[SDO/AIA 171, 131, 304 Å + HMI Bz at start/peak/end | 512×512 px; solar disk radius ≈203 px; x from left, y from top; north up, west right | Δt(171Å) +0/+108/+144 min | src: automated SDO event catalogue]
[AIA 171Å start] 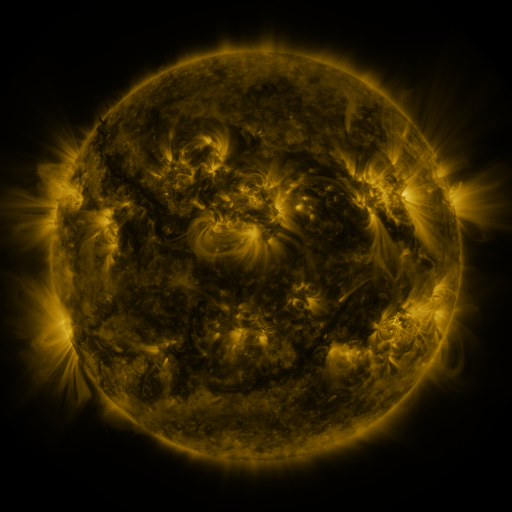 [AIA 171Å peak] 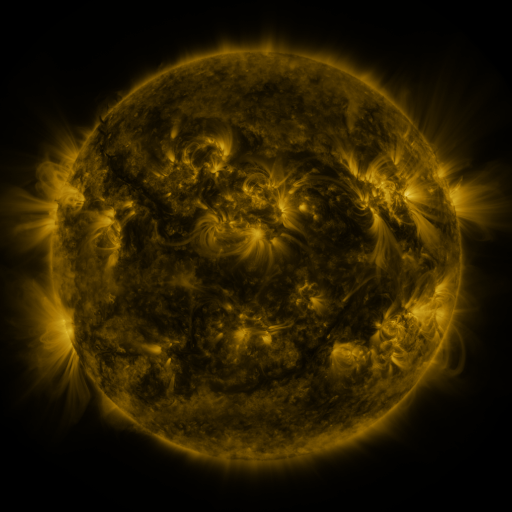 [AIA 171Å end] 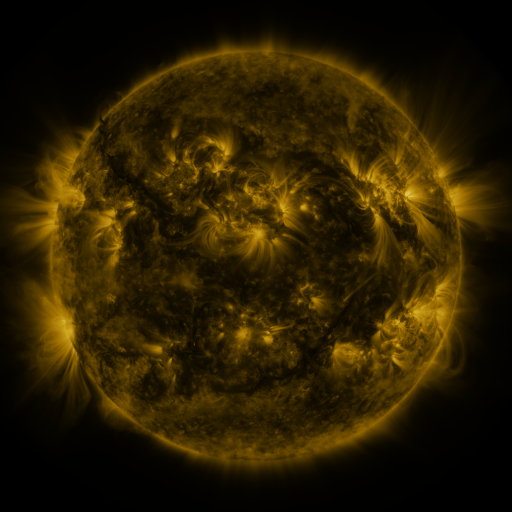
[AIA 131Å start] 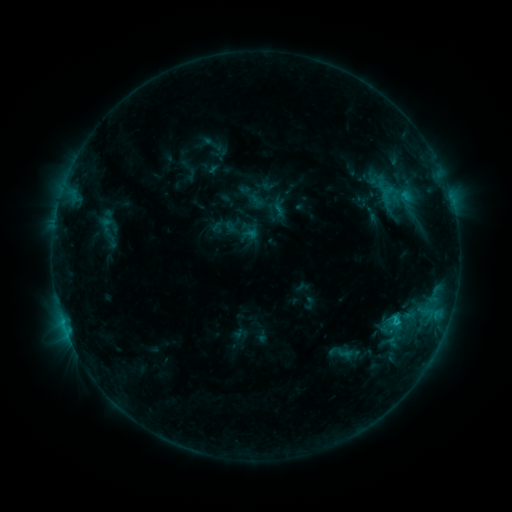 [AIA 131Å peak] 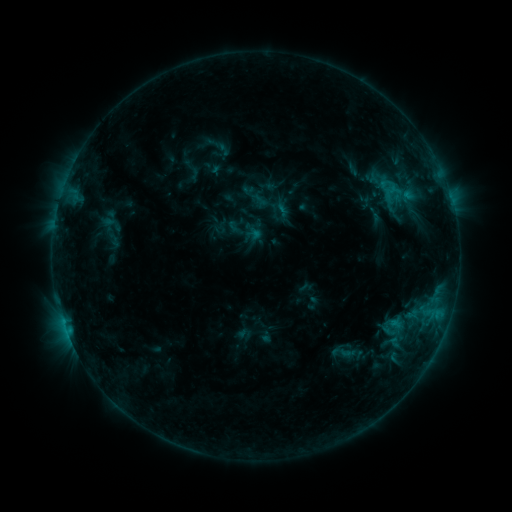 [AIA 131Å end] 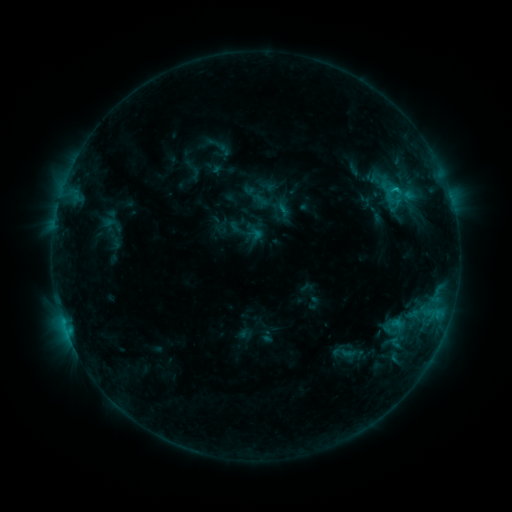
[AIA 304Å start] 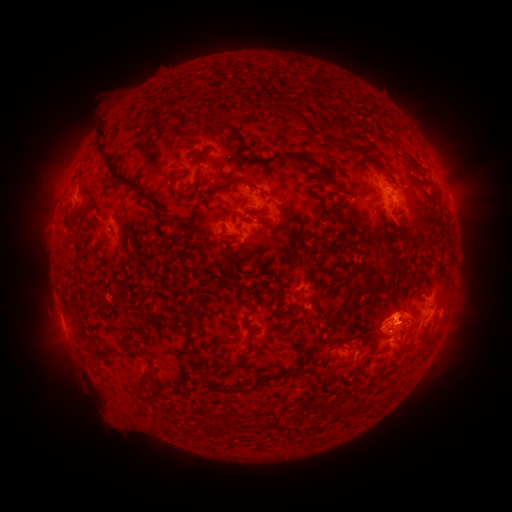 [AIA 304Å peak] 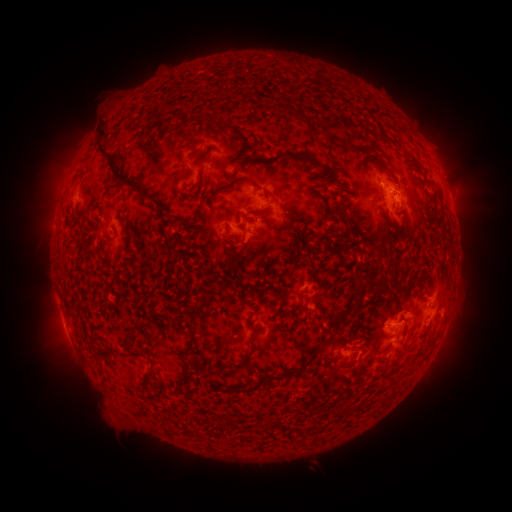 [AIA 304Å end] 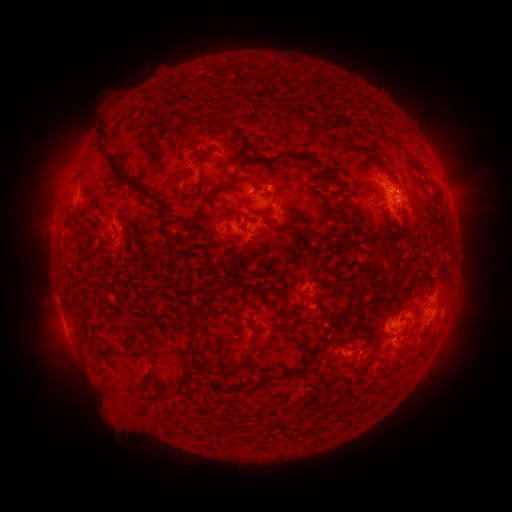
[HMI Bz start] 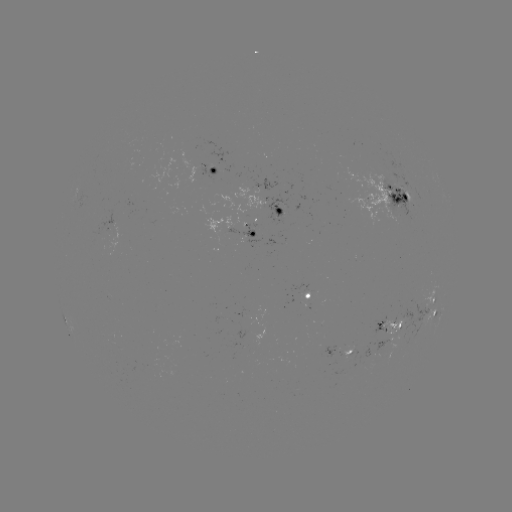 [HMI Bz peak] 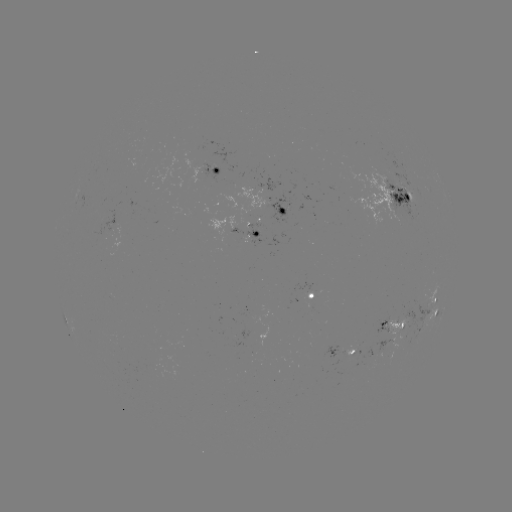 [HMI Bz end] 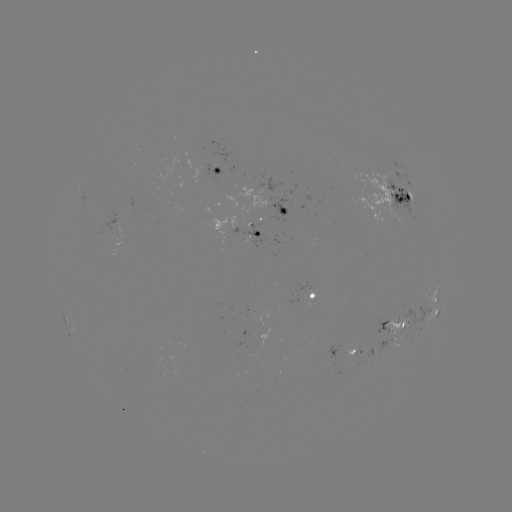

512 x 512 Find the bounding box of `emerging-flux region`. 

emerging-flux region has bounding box [374, 339, 391, 356].